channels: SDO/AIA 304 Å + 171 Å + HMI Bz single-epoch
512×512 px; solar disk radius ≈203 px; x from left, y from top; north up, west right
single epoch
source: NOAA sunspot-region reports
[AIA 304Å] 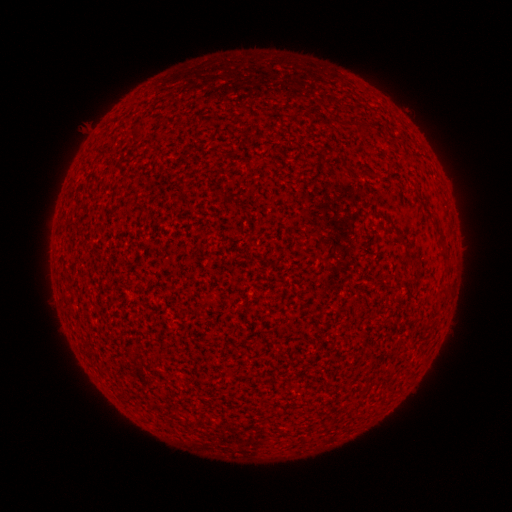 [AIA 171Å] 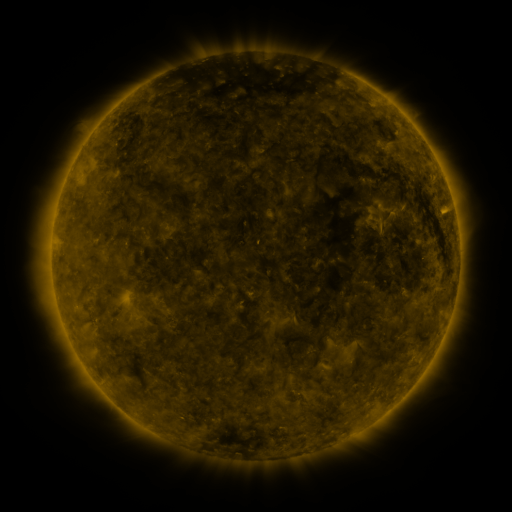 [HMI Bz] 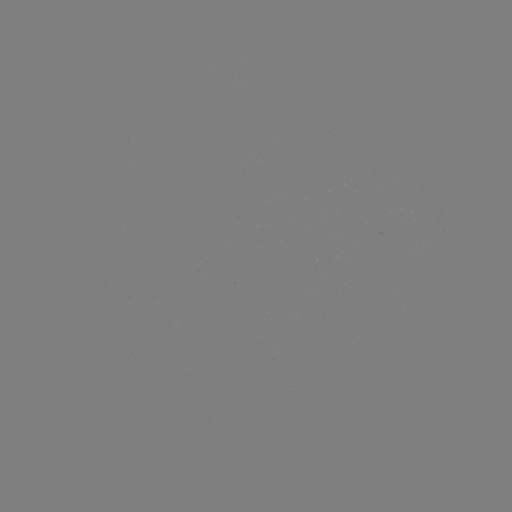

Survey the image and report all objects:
(none)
